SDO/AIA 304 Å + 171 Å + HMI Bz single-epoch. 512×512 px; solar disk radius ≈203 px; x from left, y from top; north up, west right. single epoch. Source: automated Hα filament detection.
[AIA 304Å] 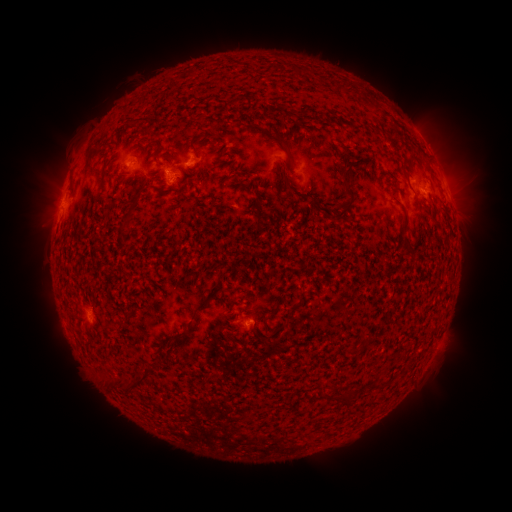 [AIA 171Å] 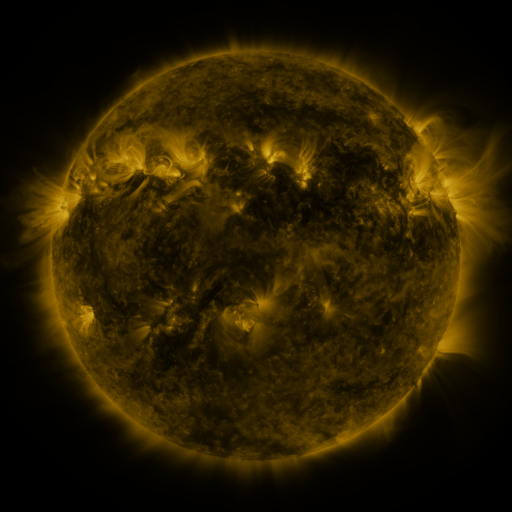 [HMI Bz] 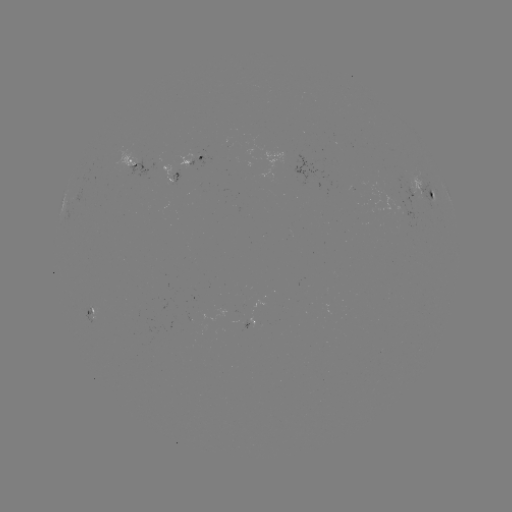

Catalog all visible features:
filament: <bbox>139, 115, 150, 122</bbox>
filament: <bbox>190, 136, 201, 153</bbox>
filament: <bbox>155, 138, 164, 149</bbox>
filament: <bbox>279, 138, 292, 152</bbox>
filament: <bbox>327, 182, 358, 226</bbox>
filament: <bbox>255, 208, 265, 227</bbox>
filament: <bbox>122, 212, 133, 230</bbox>
filament: <bbox>401, 214, 411, 234</bbox>
filament: <bbox>191, 298, 208, 315</bbox>
filament: <bbox>266, 305, 279, 319</bbox>
filament: <bbox>179, 327, 189, 336</bbox>
filament: <bbox>130, 372, 144, 385</bbox>
